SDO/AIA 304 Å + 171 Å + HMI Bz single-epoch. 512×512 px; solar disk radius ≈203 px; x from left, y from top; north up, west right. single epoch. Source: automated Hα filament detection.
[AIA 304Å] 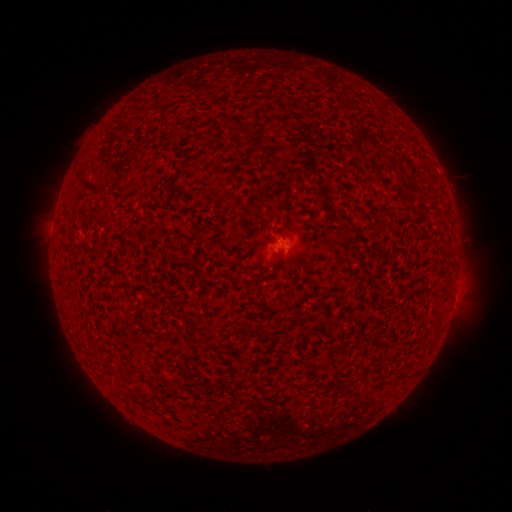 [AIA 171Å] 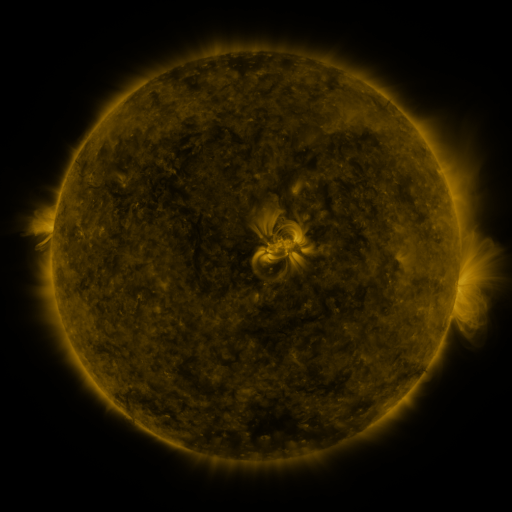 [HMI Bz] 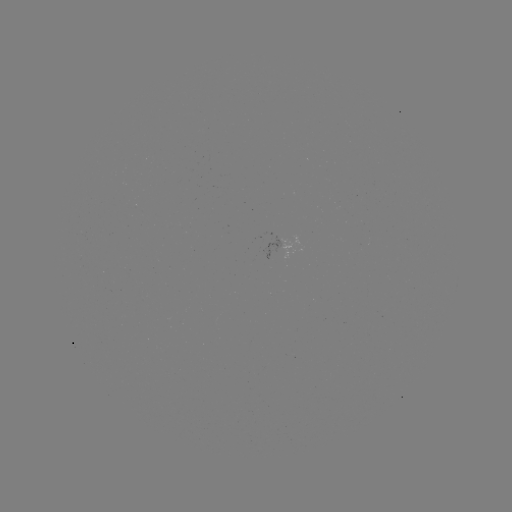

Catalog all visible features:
filament: <bbox>237, 127, 247, 136</bbox>
filament: <bbox>85, 177, 106, 190</bbox>
filament: <bbox>263, 328, 288, 337</bbox>
